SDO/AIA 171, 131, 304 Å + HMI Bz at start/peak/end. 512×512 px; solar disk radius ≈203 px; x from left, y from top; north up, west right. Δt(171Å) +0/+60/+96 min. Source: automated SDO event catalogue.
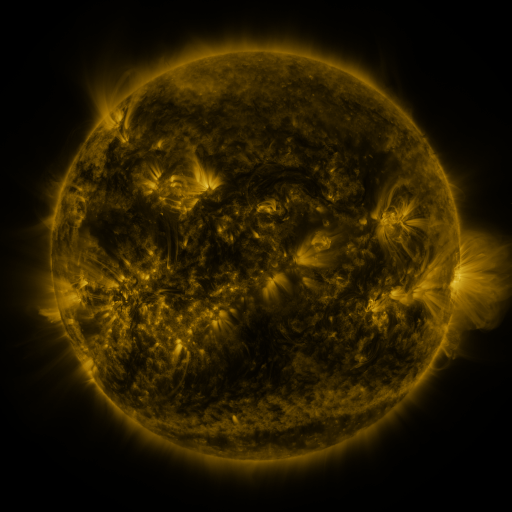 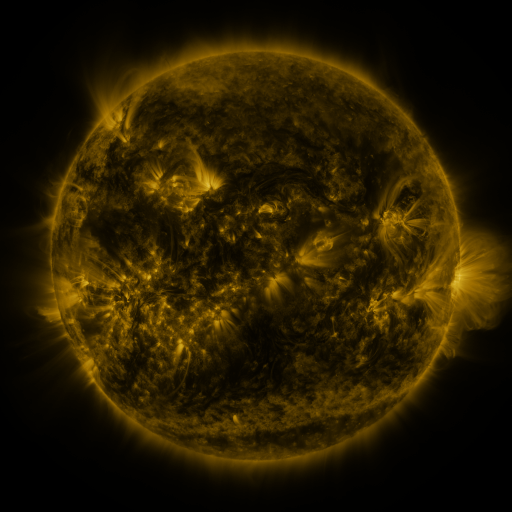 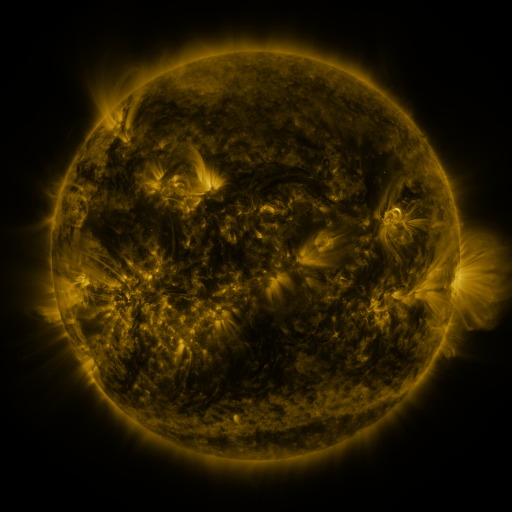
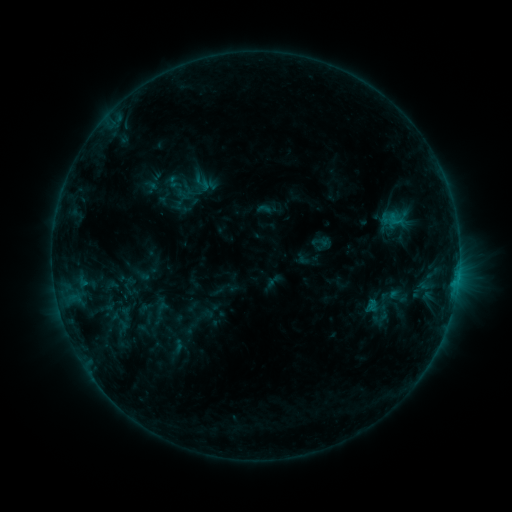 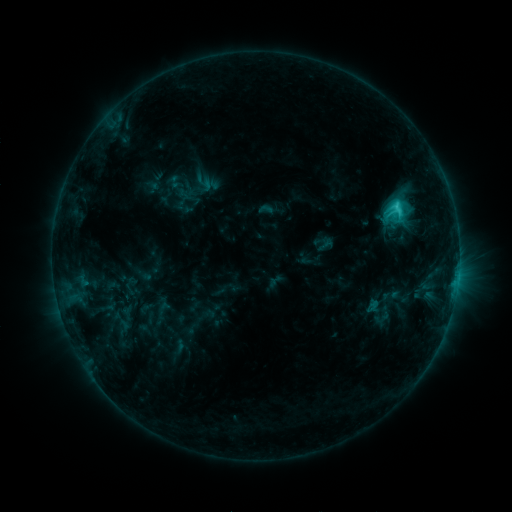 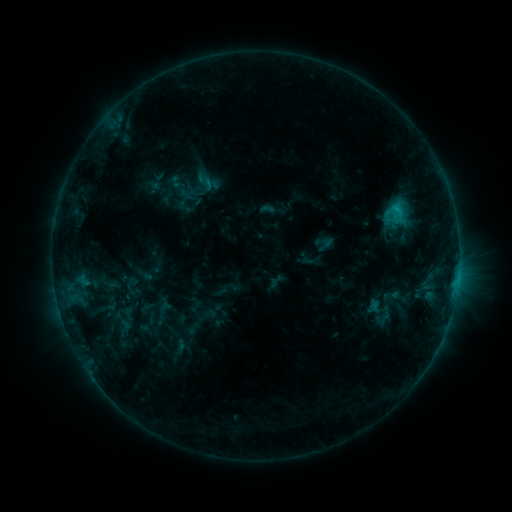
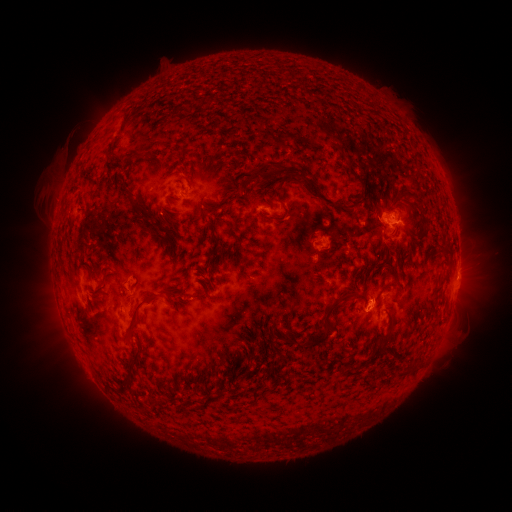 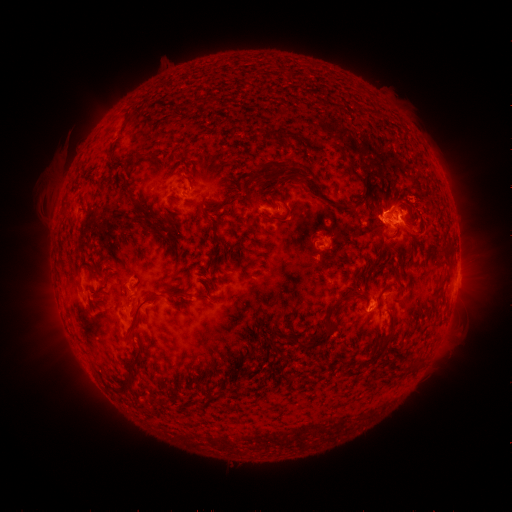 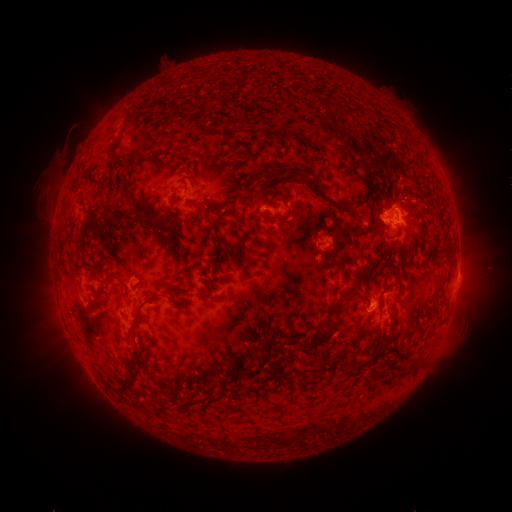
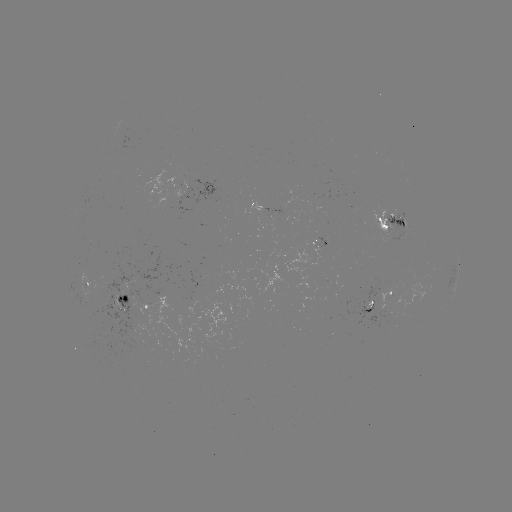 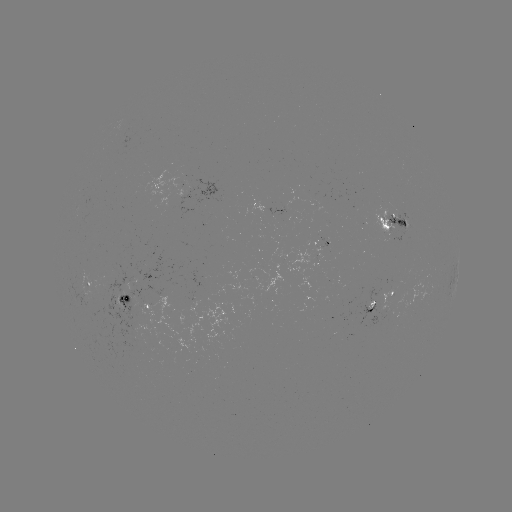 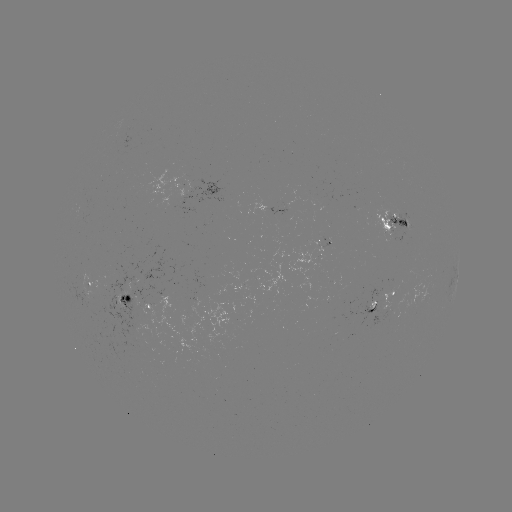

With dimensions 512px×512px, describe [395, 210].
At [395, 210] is C3.3 flare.